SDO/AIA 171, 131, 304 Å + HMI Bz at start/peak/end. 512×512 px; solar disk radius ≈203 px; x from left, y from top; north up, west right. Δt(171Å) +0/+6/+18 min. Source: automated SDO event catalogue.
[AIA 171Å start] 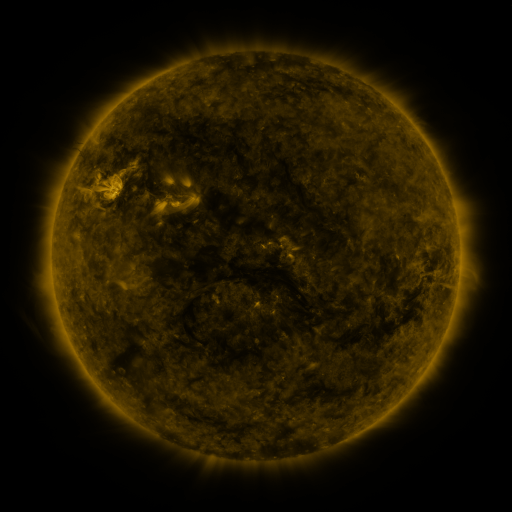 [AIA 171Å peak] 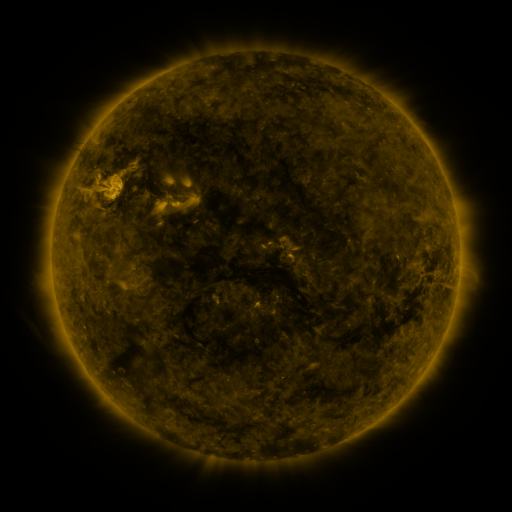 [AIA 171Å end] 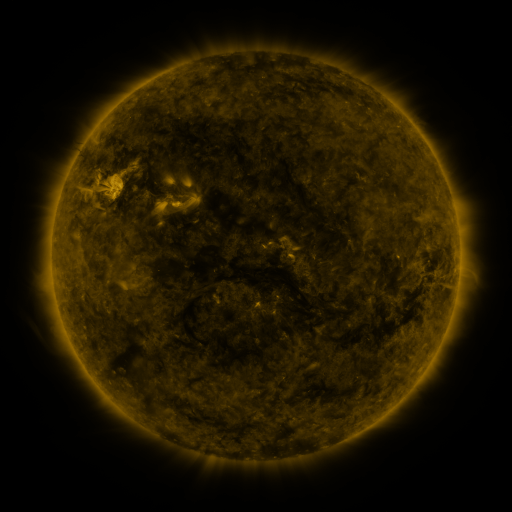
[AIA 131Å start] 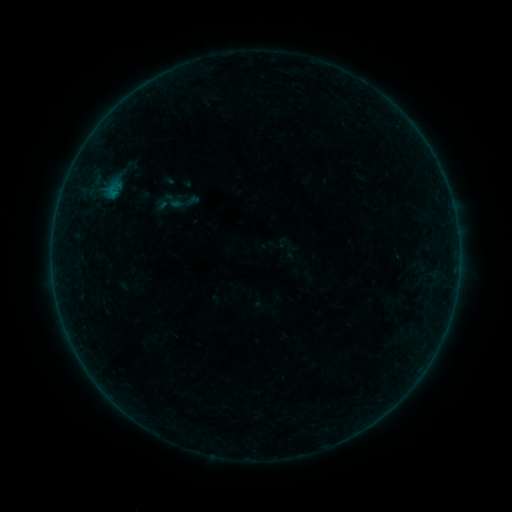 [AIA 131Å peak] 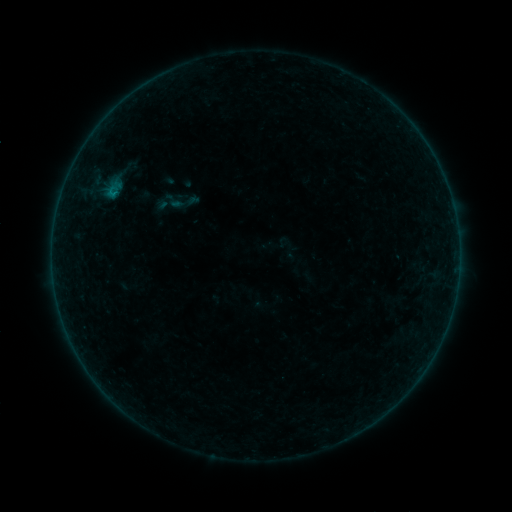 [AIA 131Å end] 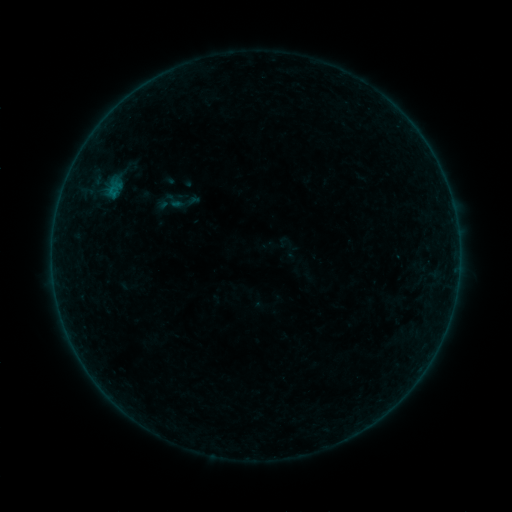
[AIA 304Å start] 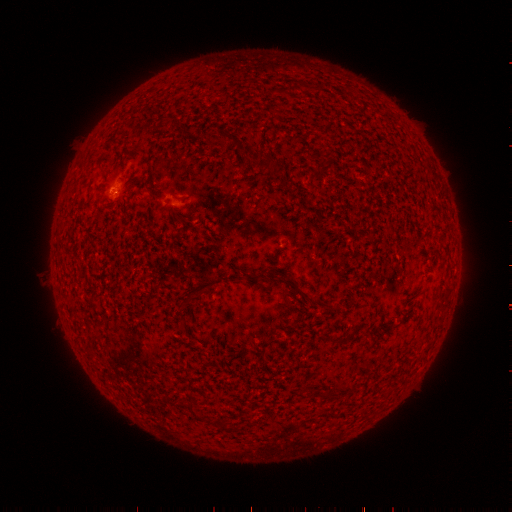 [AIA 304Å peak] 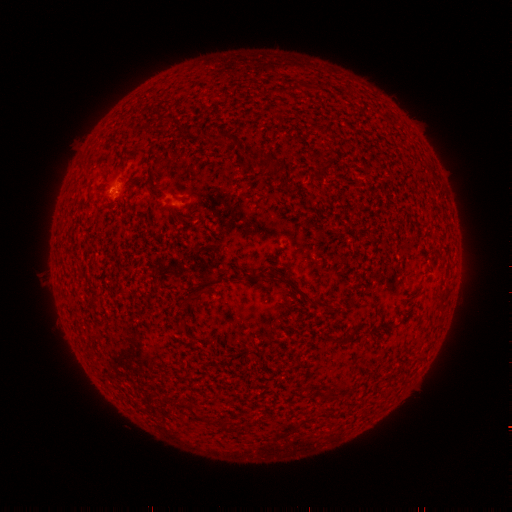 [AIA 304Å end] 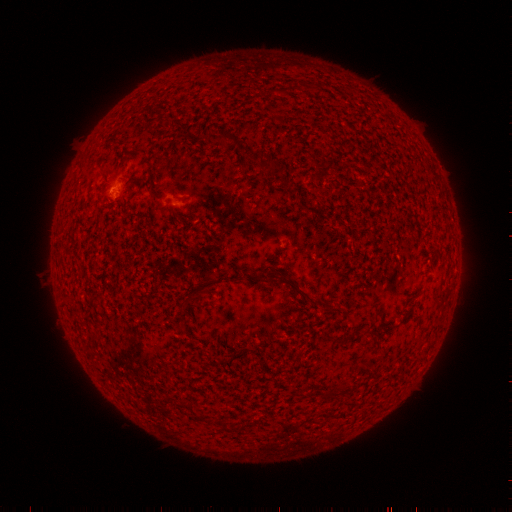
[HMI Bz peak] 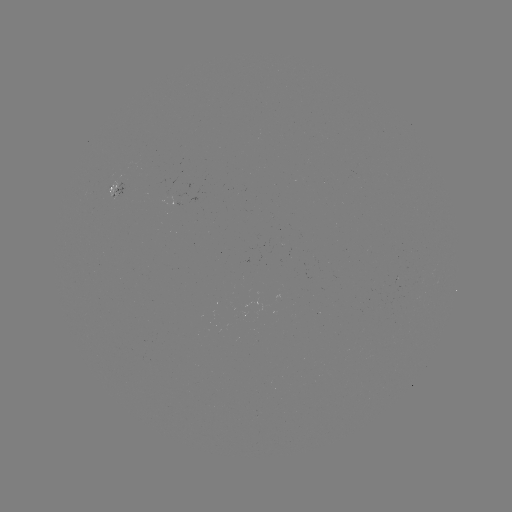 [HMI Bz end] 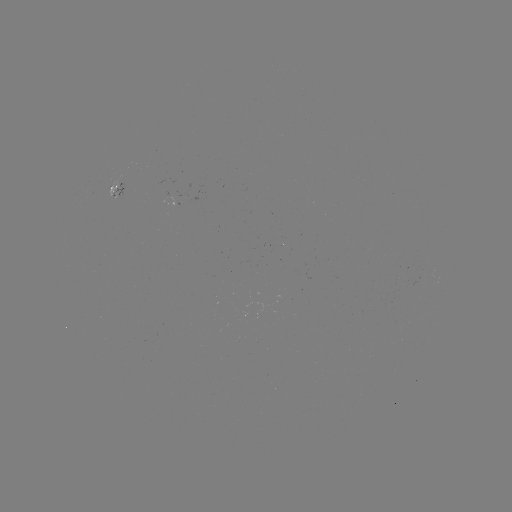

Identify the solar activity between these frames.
B1.2 flare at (115, 195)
